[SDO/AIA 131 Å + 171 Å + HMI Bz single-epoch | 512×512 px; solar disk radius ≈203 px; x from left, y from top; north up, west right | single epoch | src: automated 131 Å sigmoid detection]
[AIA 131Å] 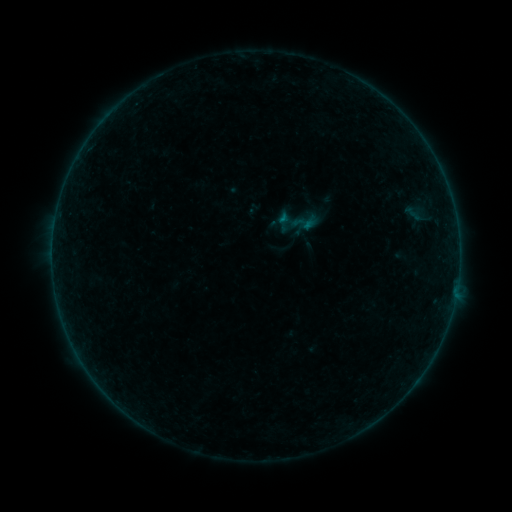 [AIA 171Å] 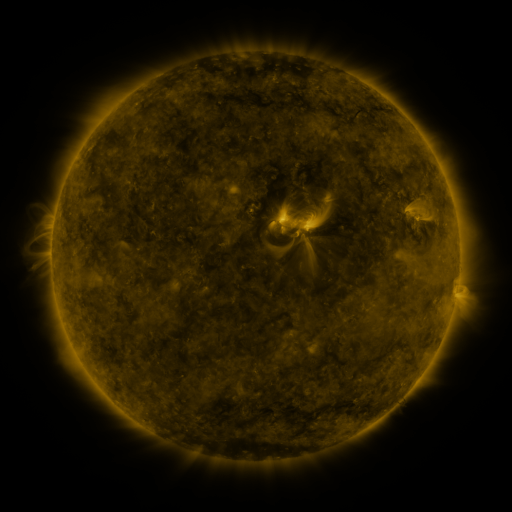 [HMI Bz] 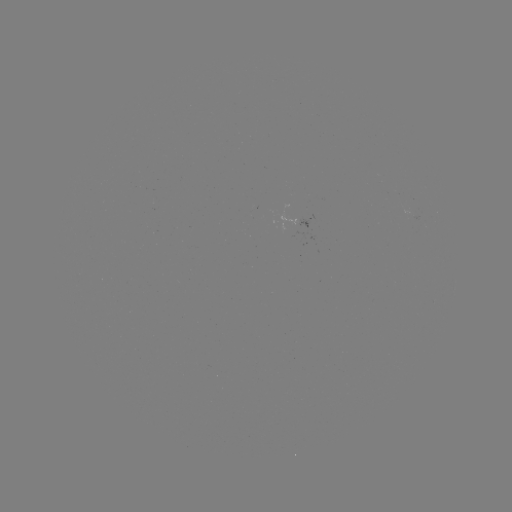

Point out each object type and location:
sigmoid: (305, 221)
